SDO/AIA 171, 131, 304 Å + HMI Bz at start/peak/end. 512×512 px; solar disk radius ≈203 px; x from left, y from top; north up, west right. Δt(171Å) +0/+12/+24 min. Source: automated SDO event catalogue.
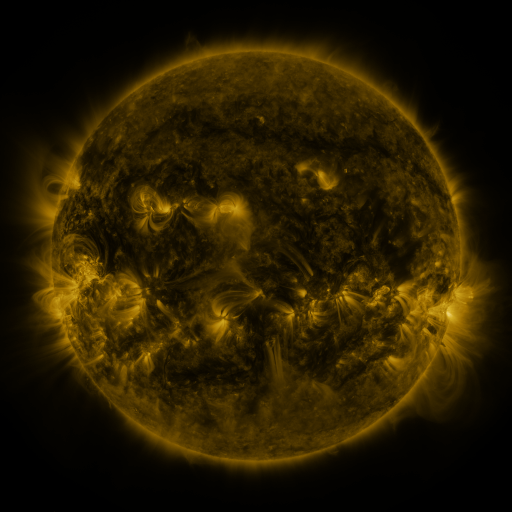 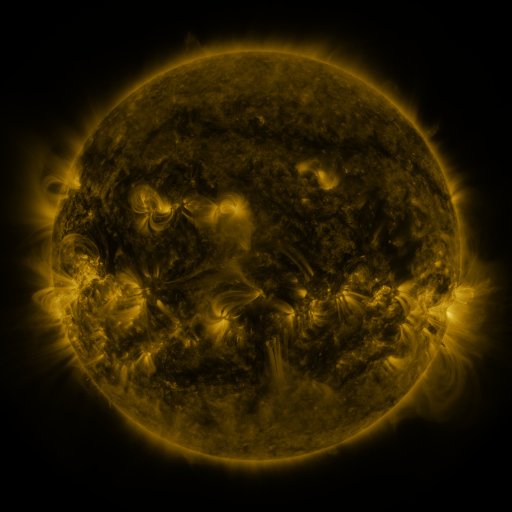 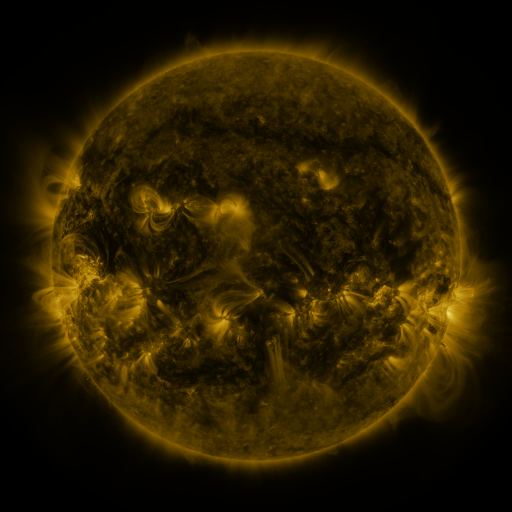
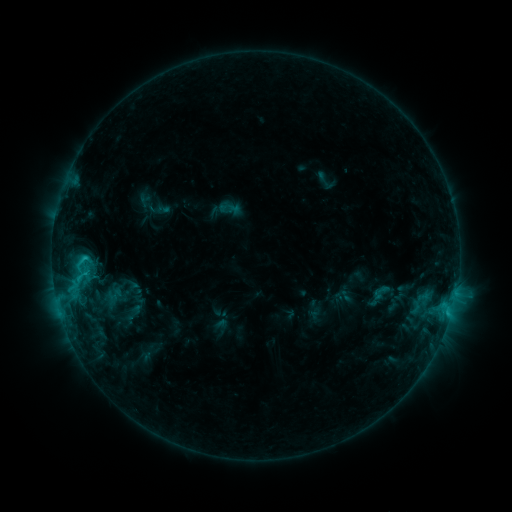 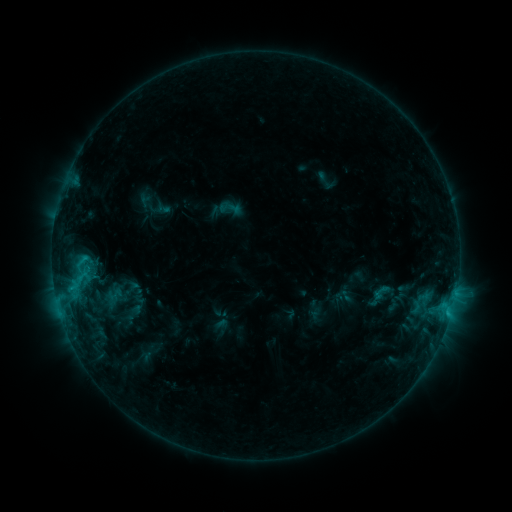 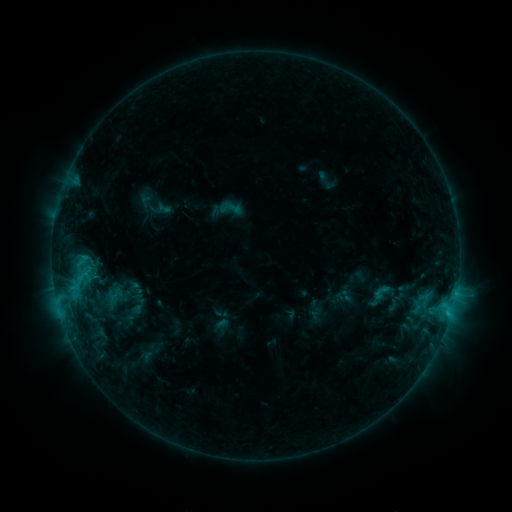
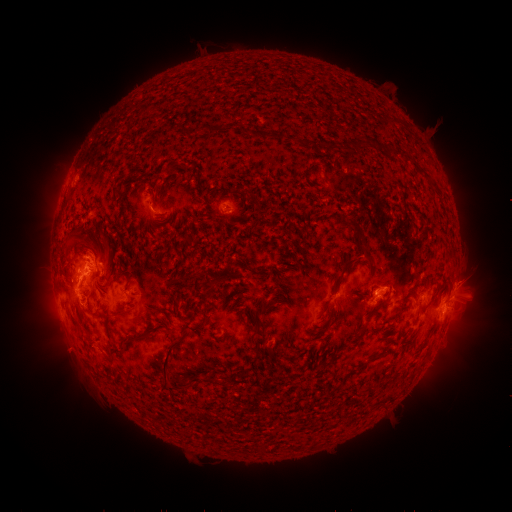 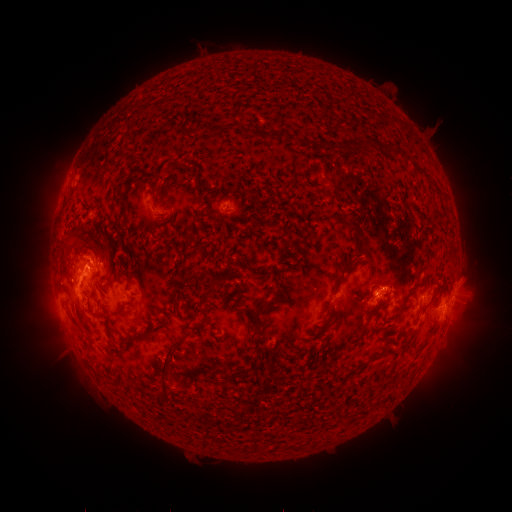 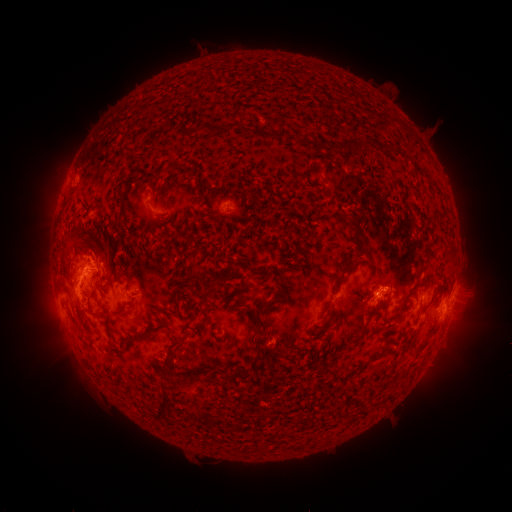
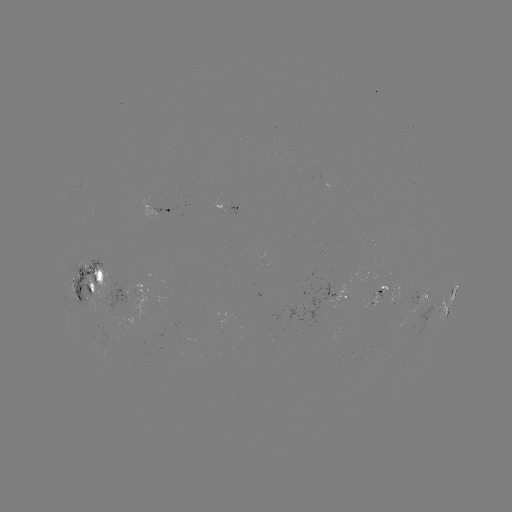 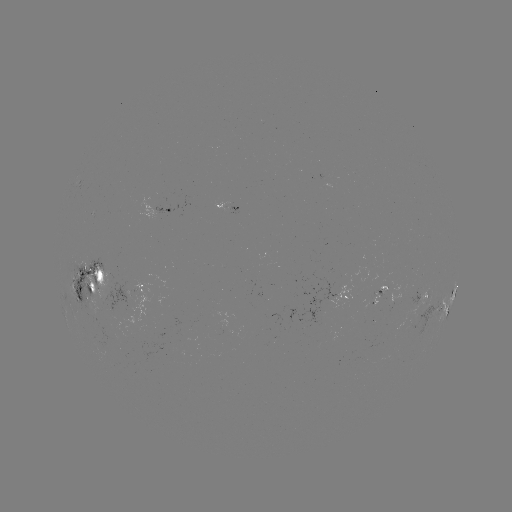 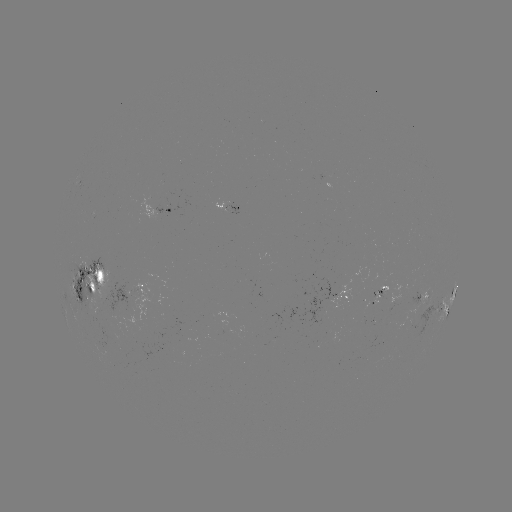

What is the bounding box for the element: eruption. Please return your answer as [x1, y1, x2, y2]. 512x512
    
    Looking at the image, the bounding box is [150, 362, 199, 413].